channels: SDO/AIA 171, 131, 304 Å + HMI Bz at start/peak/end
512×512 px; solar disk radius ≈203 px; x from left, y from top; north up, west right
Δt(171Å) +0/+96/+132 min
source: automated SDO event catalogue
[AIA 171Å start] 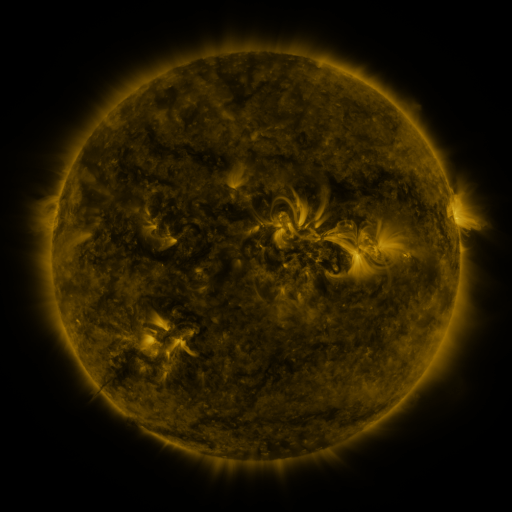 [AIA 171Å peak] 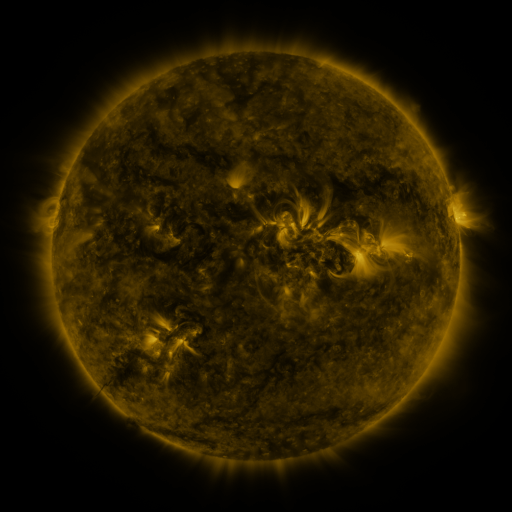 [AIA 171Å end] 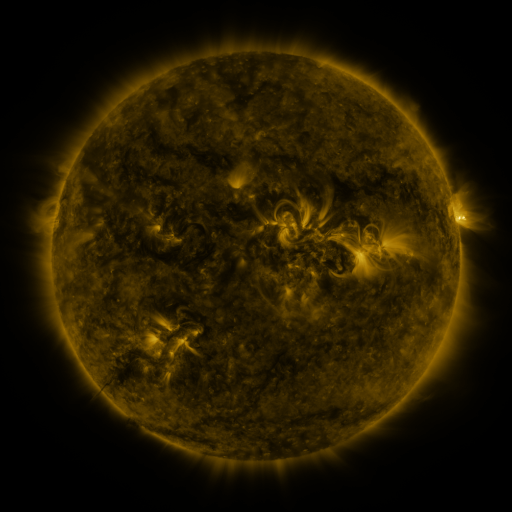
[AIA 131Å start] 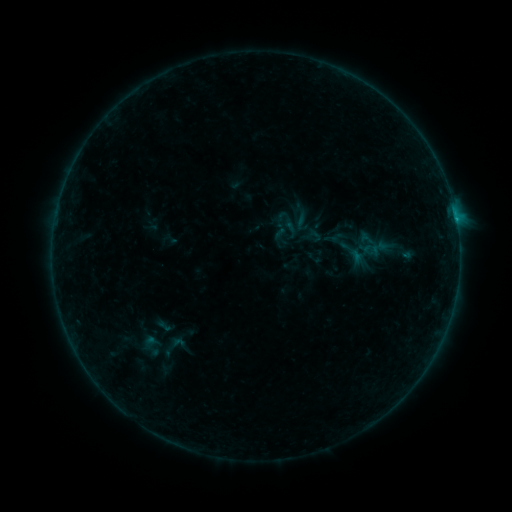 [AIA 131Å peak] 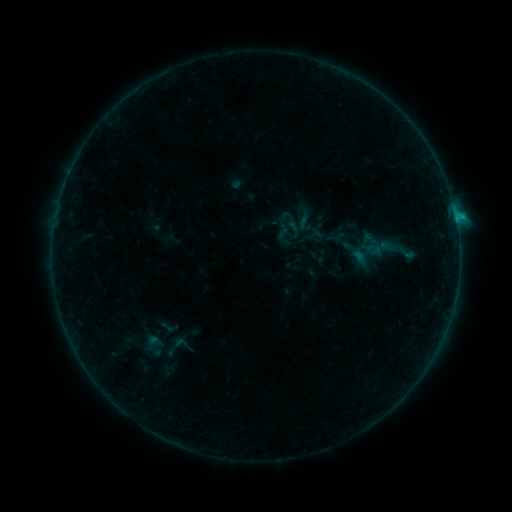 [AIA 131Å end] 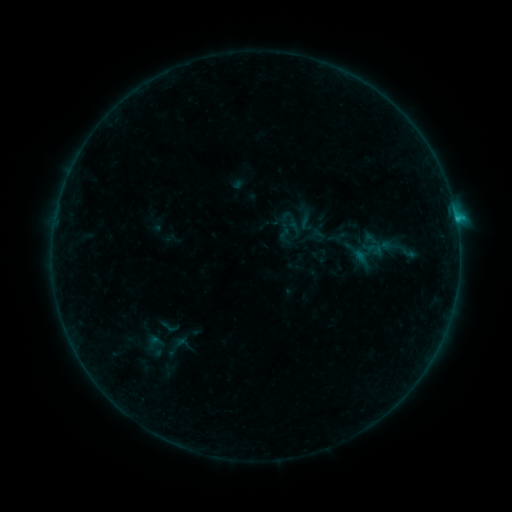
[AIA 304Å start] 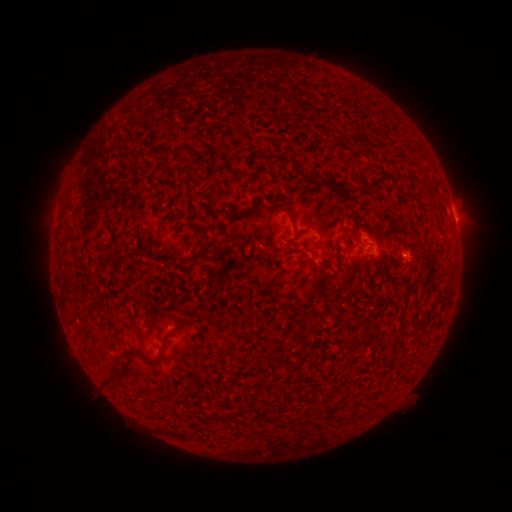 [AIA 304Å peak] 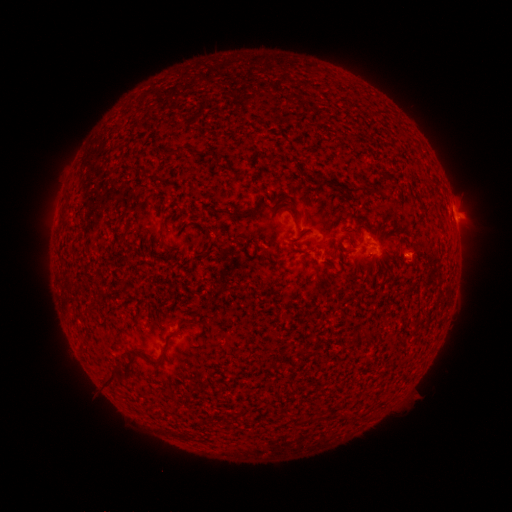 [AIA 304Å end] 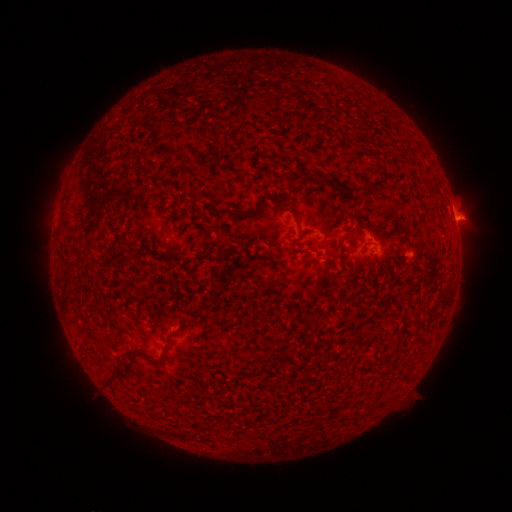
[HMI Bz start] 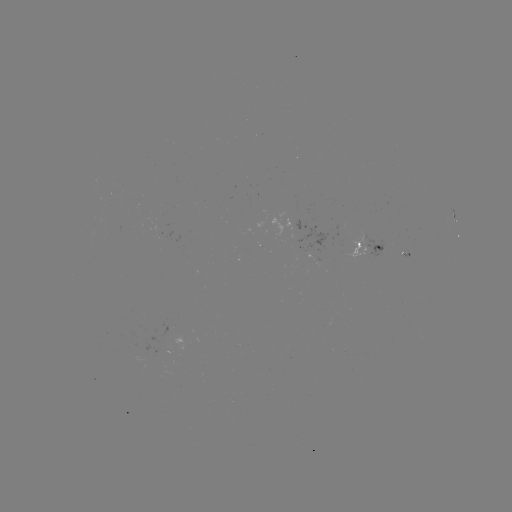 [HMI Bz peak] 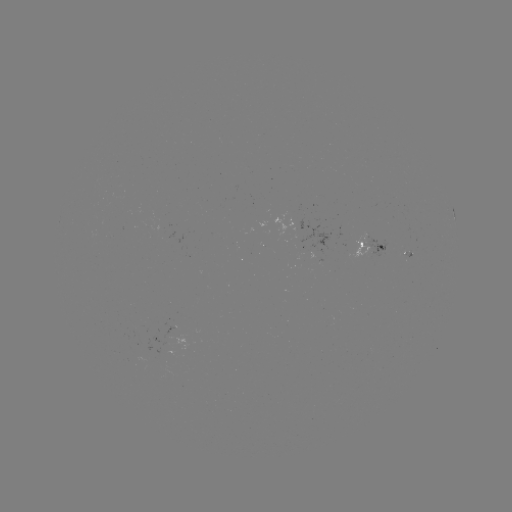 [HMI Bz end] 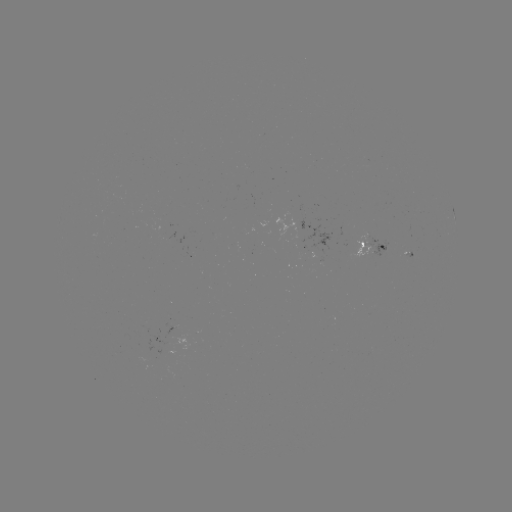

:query emerging-flux region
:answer (306, 235)